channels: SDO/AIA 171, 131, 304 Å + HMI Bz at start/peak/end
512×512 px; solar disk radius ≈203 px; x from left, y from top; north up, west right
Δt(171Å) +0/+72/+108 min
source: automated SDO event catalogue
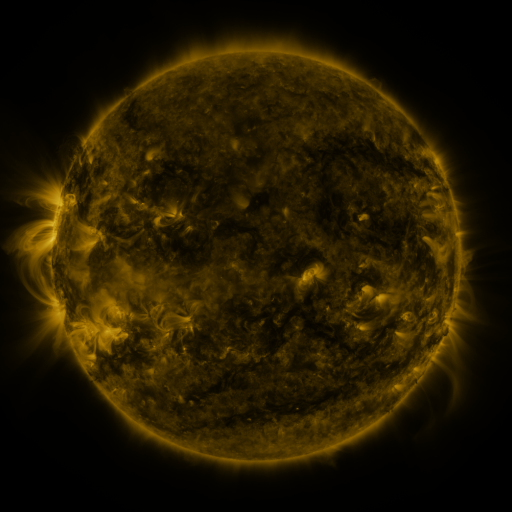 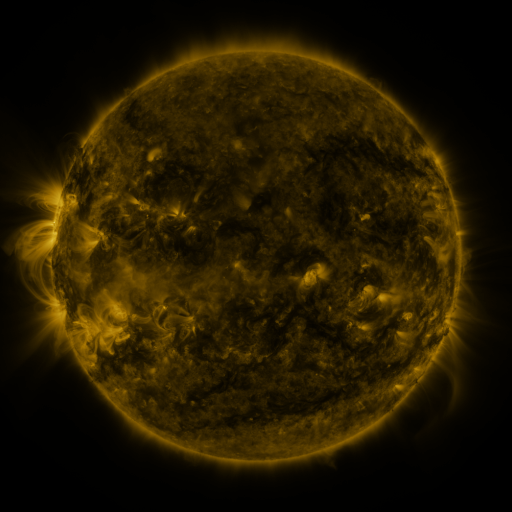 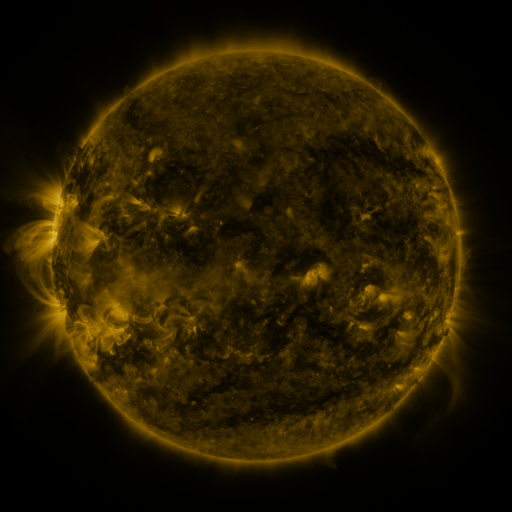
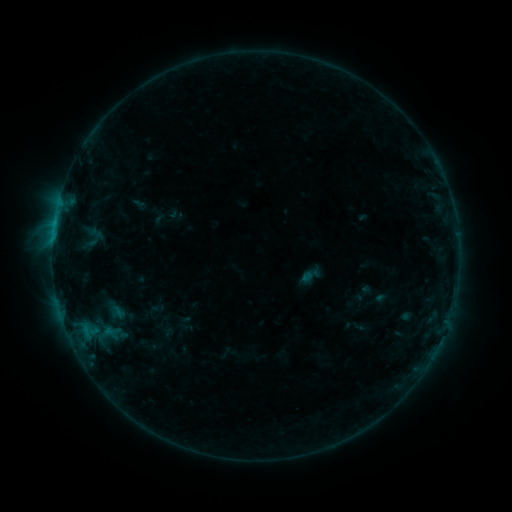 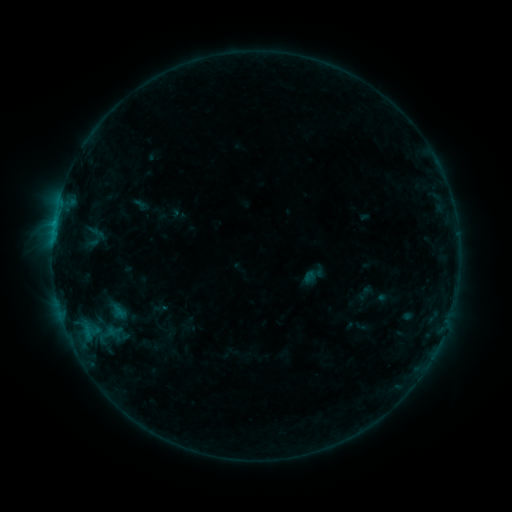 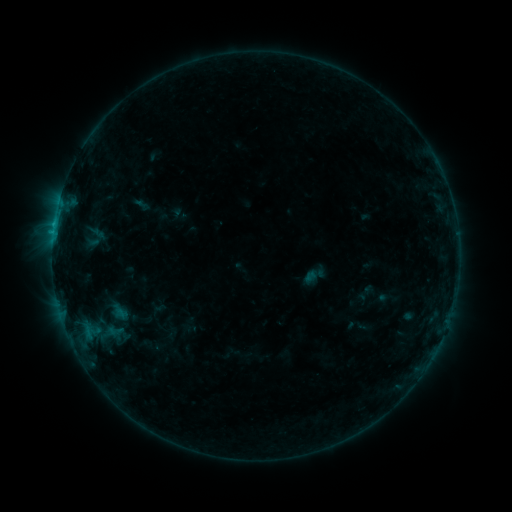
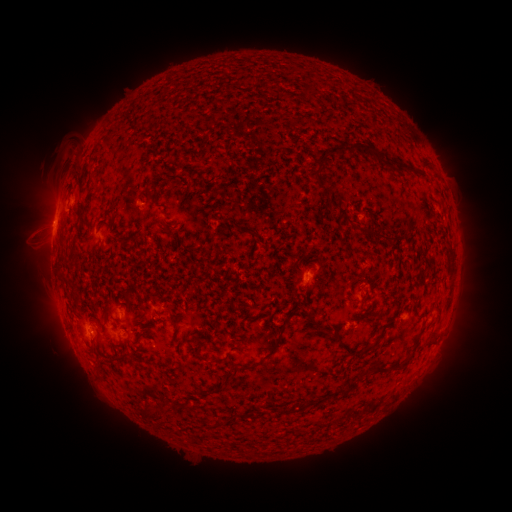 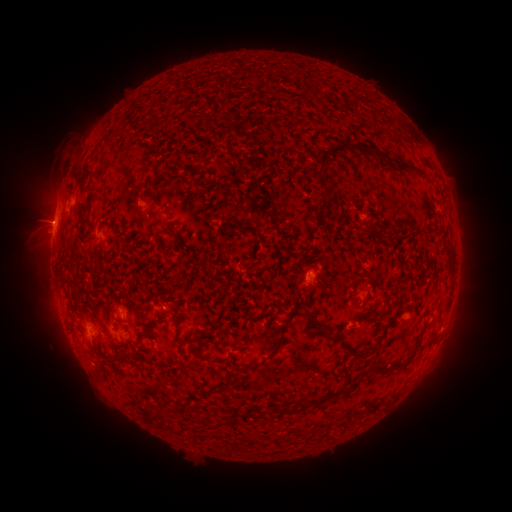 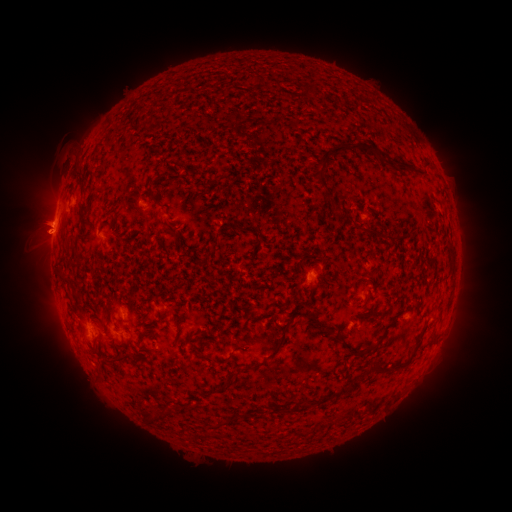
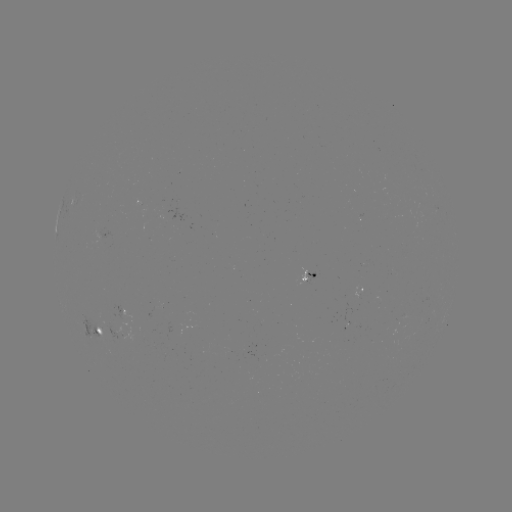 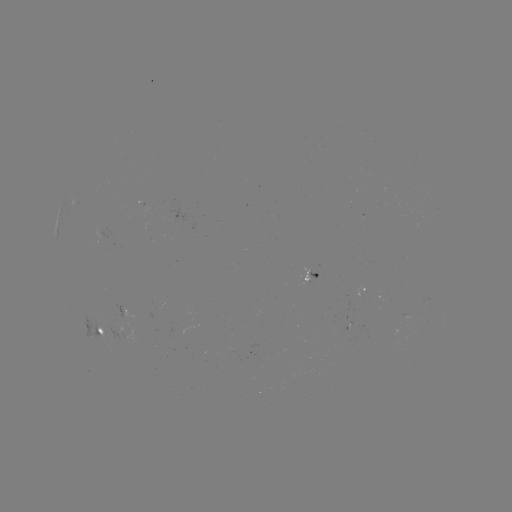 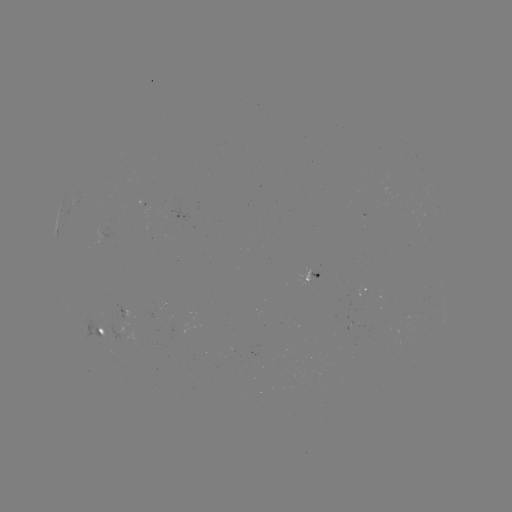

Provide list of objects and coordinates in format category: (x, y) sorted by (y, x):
emerging-flux region: (99, 328)
